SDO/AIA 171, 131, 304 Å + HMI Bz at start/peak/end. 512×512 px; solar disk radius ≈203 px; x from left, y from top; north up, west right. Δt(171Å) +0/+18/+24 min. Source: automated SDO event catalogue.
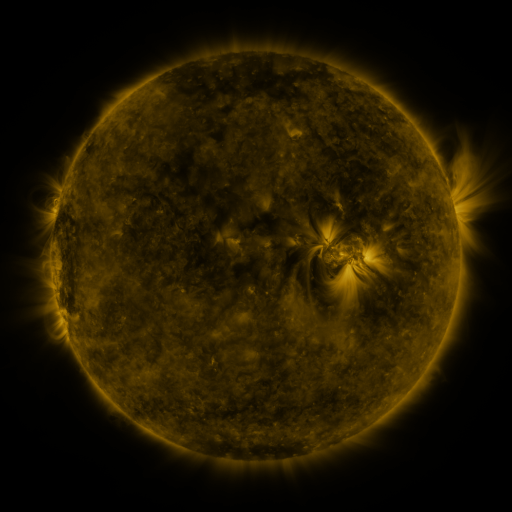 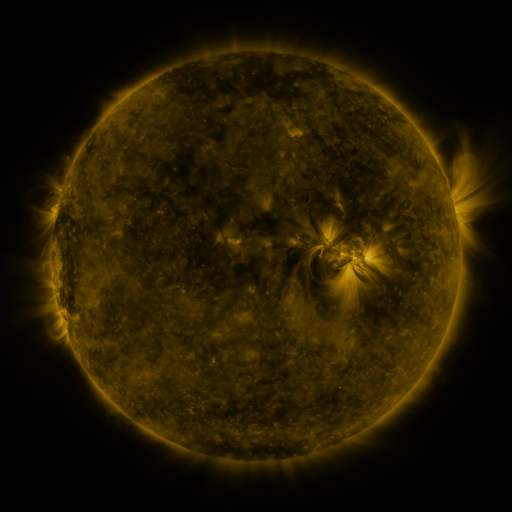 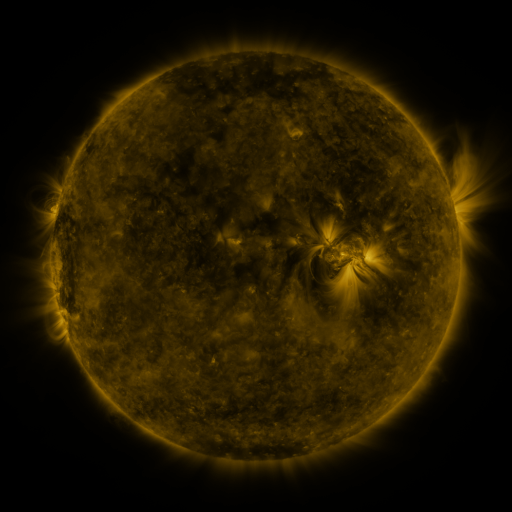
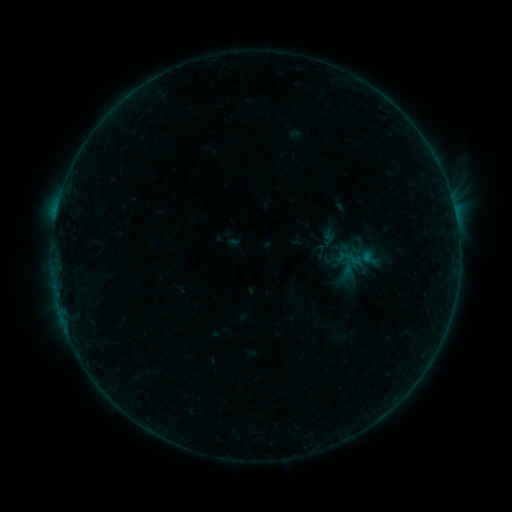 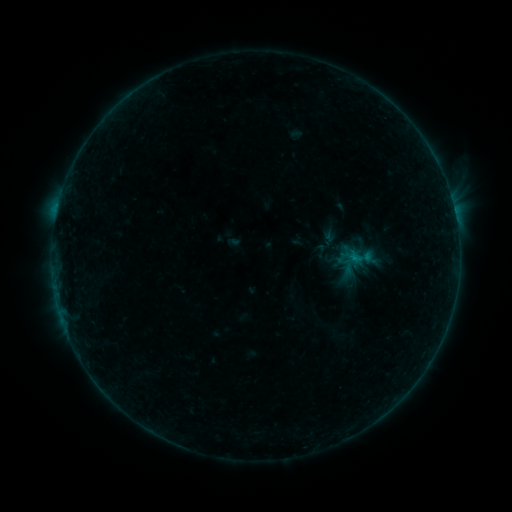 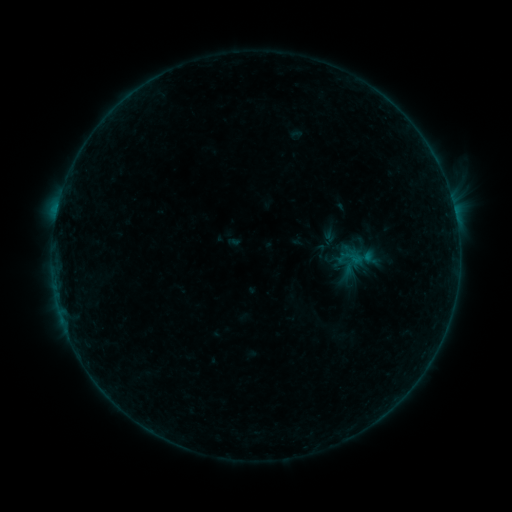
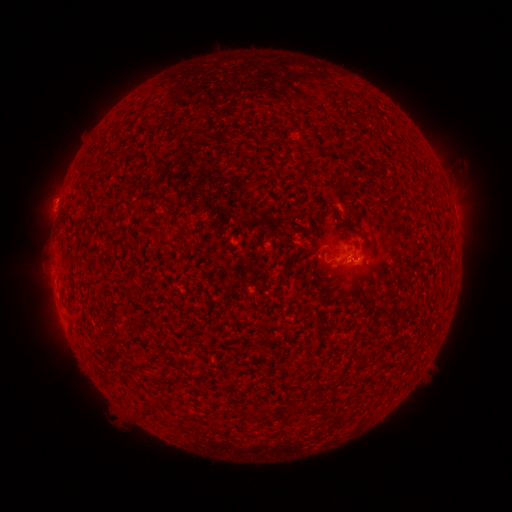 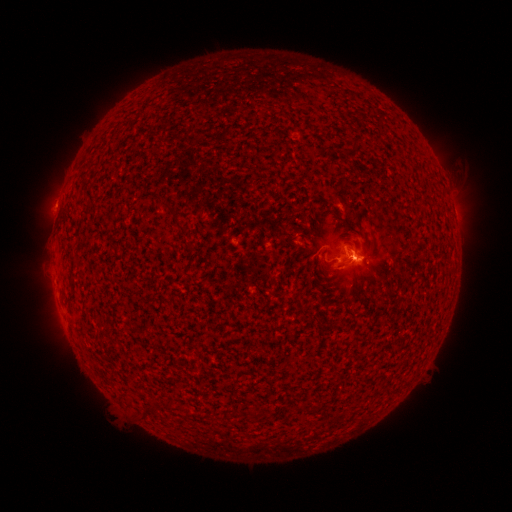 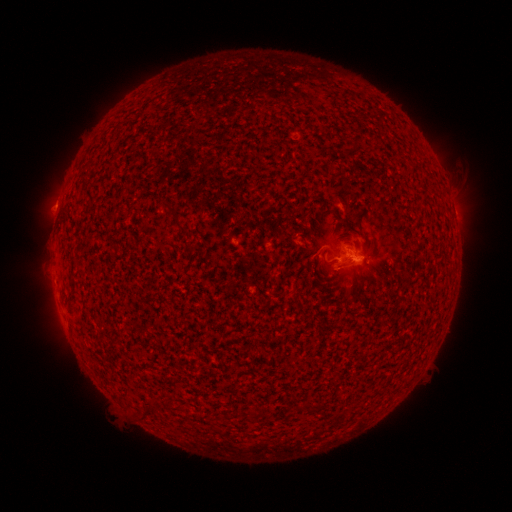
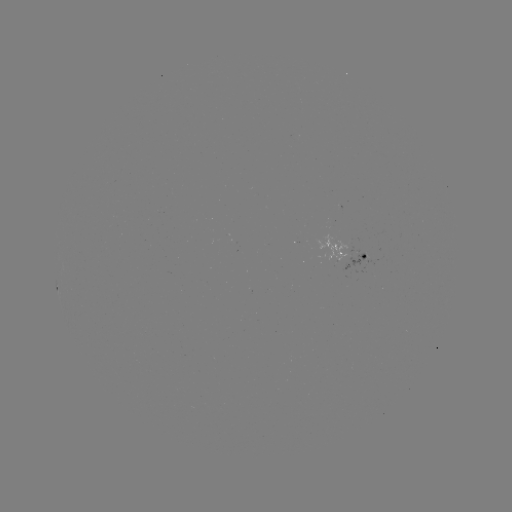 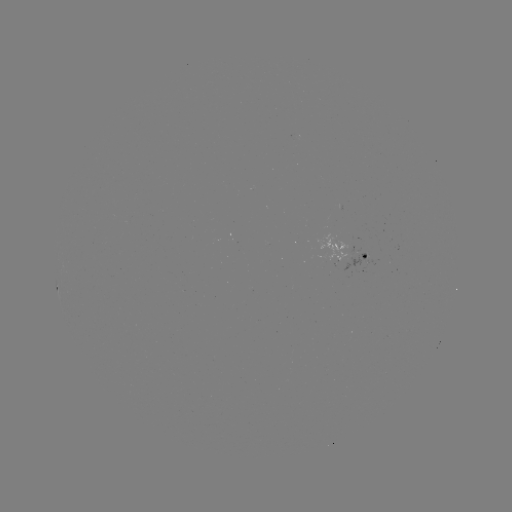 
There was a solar flare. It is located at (357, 260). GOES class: B5.5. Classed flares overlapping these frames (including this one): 1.